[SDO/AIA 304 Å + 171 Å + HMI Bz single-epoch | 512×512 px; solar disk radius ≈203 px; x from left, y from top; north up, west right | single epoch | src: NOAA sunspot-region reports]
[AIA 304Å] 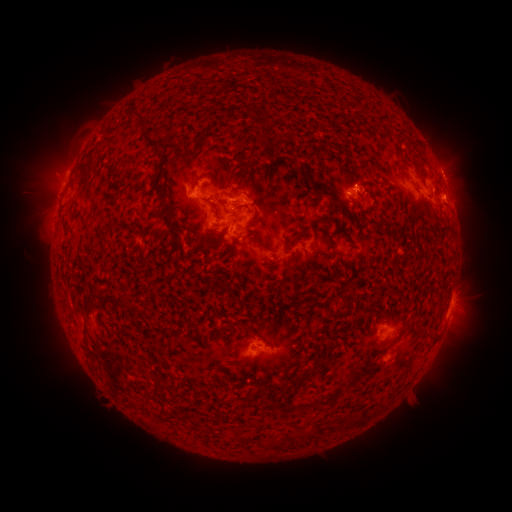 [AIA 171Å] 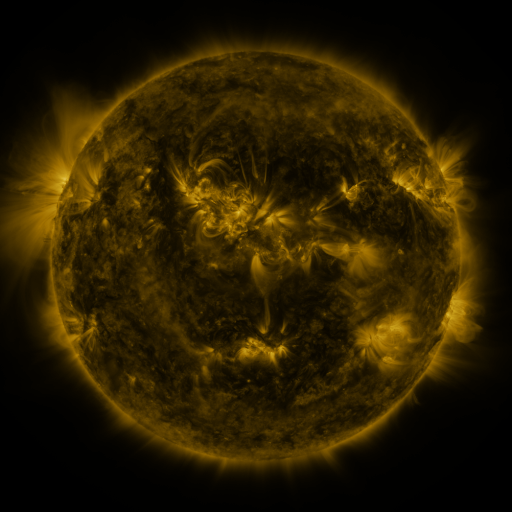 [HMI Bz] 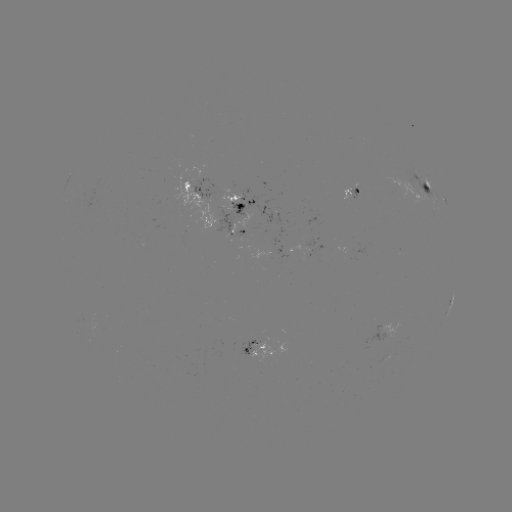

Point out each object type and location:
spotted active region: (445, 182)
spotted active region: (429, 189)
spotted active region: (195, 192)
spotted active region: (242, 203)
spotted active region: (225, 227)
spotted active region: (314, 244)
spotted active region: (453, 303)
spotted active region: (394, 329)
spotted active region: (262, 349)
